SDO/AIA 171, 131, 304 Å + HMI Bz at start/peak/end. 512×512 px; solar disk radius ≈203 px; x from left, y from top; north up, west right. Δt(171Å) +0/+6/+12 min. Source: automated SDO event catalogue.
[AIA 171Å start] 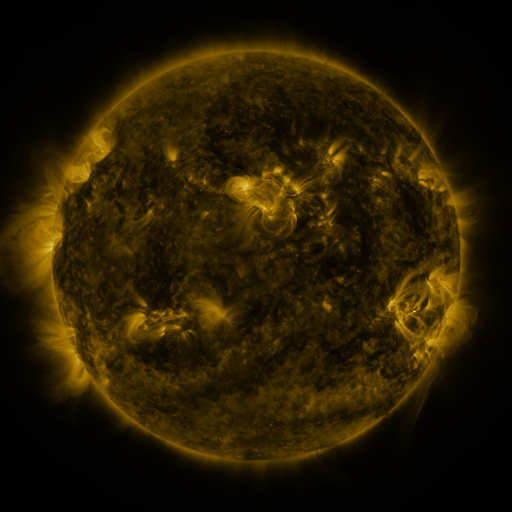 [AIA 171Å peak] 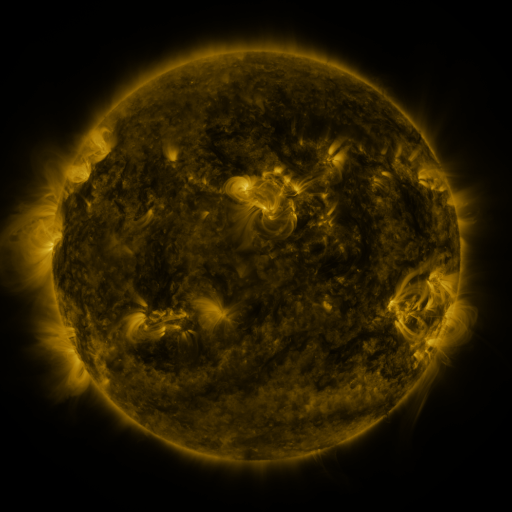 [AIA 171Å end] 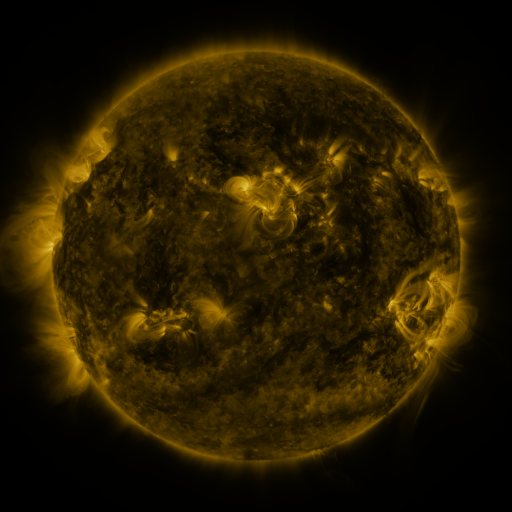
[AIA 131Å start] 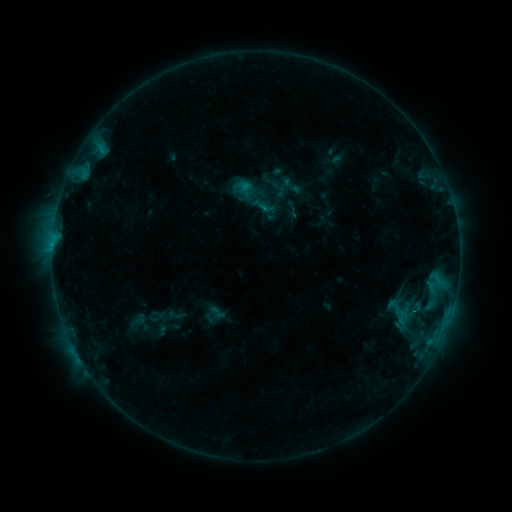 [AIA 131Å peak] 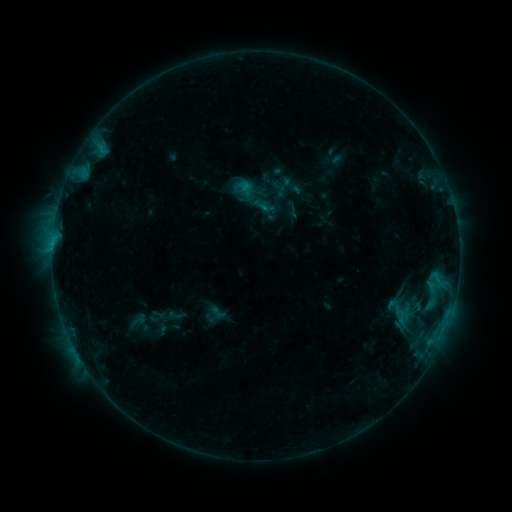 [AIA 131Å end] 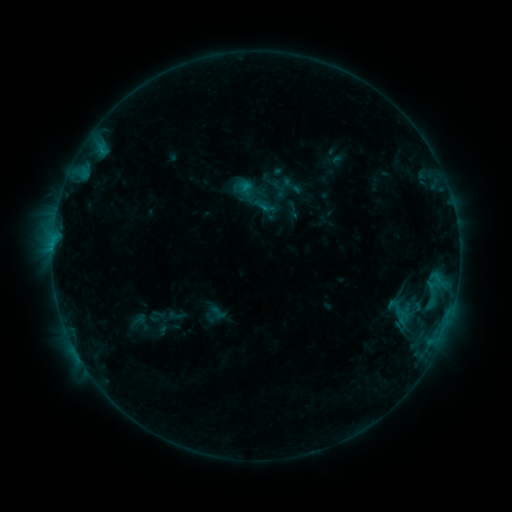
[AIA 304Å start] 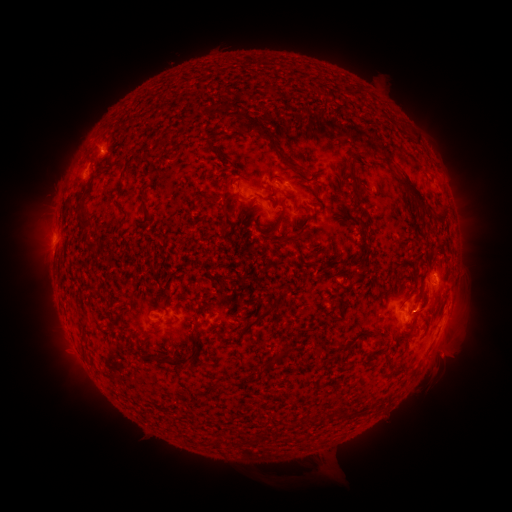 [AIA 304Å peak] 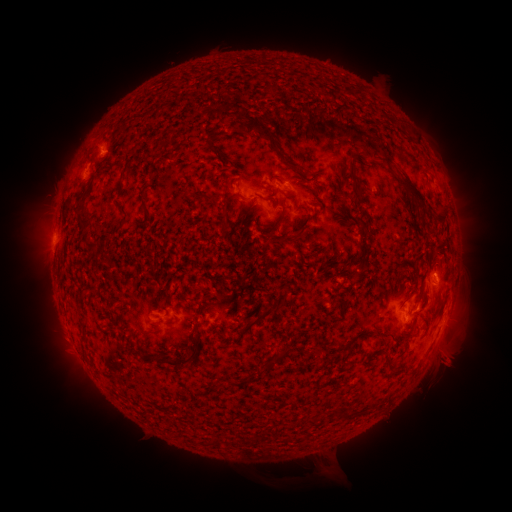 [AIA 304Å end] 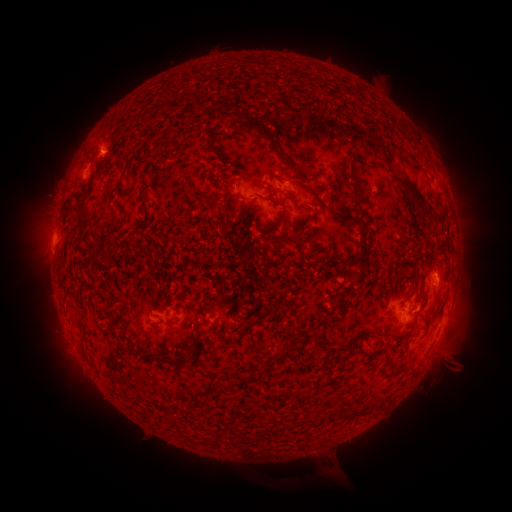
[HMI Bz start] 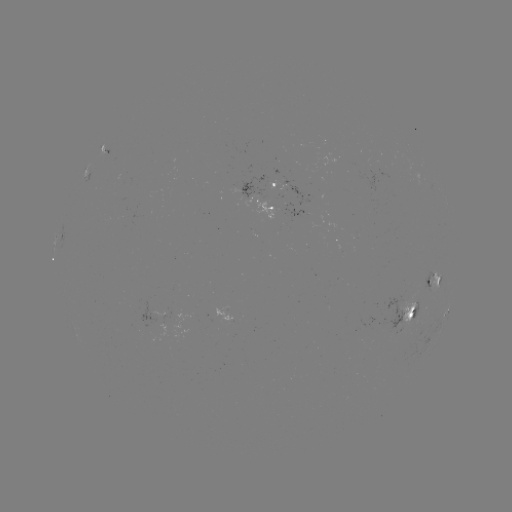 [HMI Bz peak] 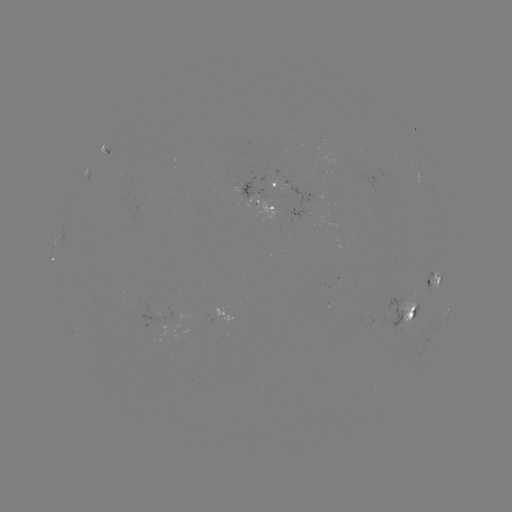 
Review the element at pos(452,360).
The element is eruption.